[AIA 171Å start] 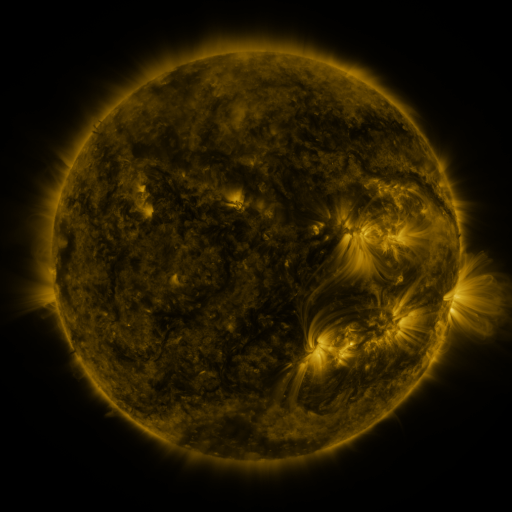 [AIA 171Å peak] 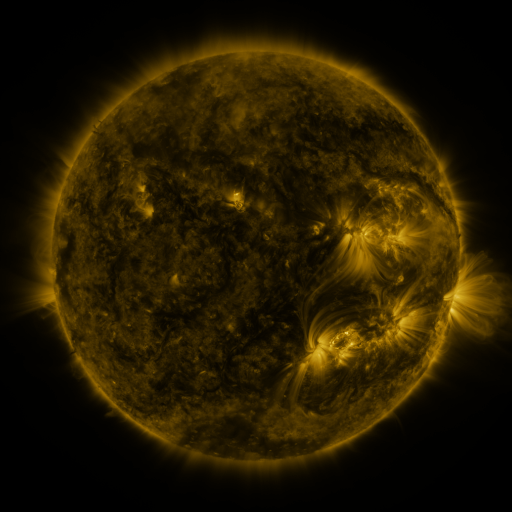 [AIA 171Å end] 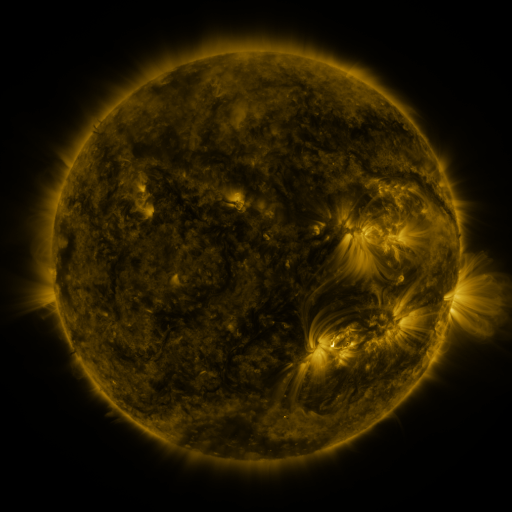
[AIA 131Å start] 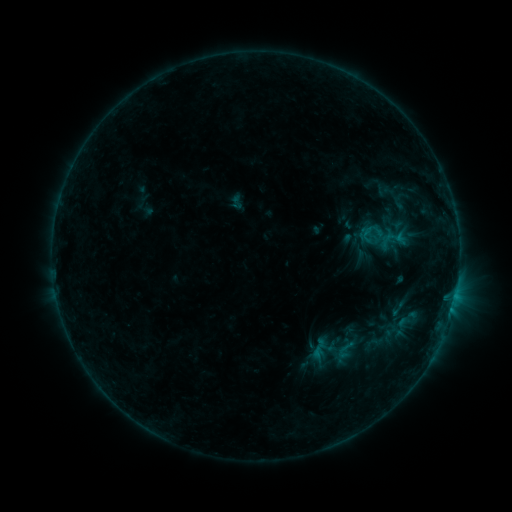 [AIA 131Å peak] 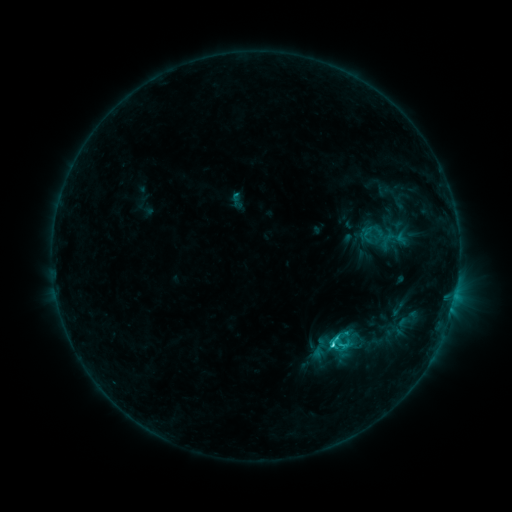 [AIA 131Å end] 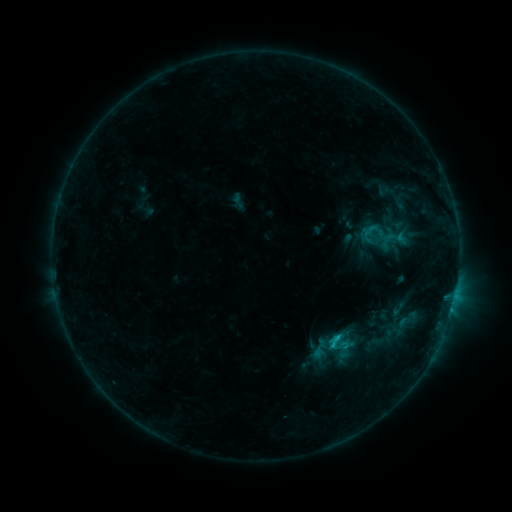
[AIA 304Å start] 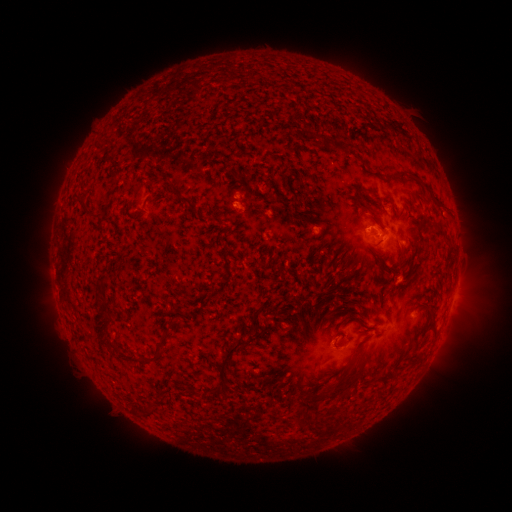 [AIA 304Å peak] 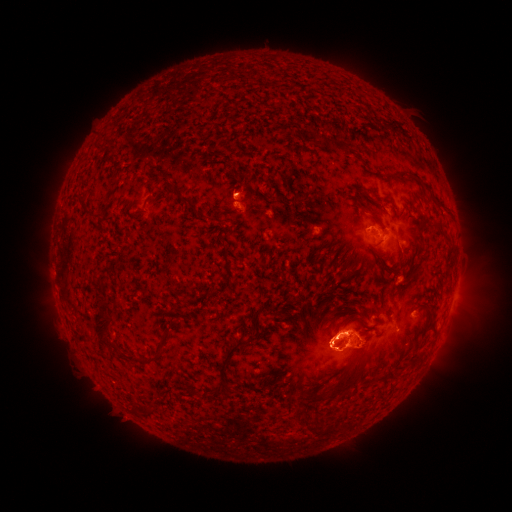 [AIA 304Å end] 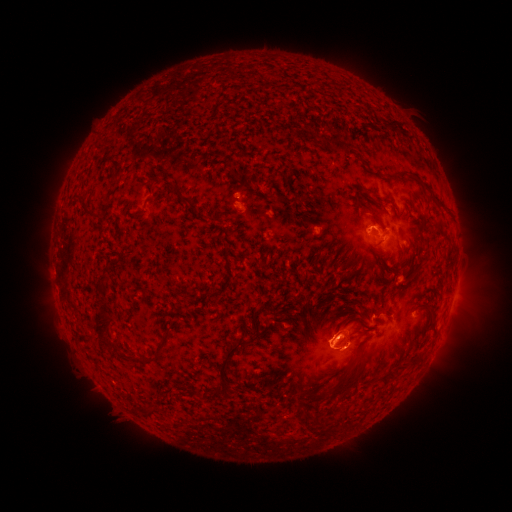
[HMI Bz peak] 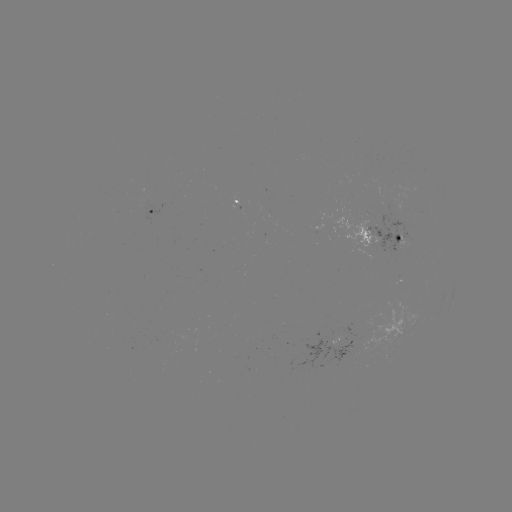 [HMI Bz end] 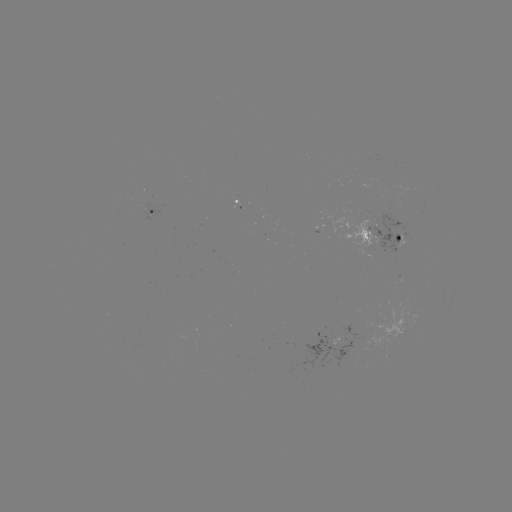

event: flare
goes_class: C2.1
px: (330, 343)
